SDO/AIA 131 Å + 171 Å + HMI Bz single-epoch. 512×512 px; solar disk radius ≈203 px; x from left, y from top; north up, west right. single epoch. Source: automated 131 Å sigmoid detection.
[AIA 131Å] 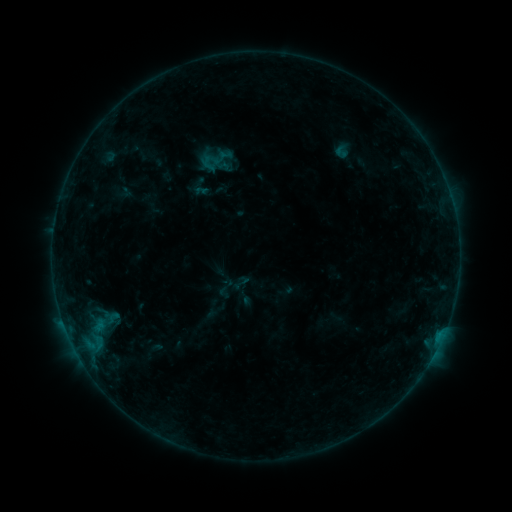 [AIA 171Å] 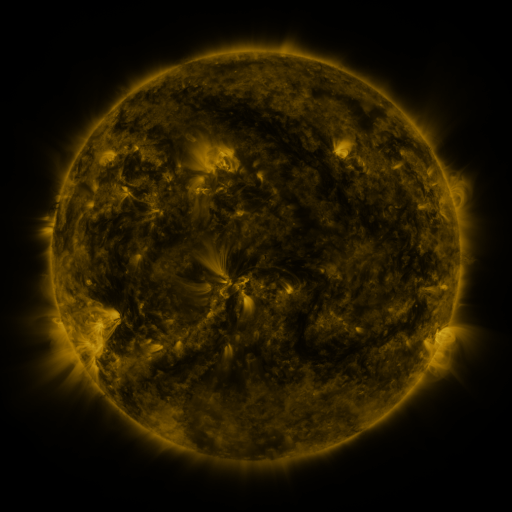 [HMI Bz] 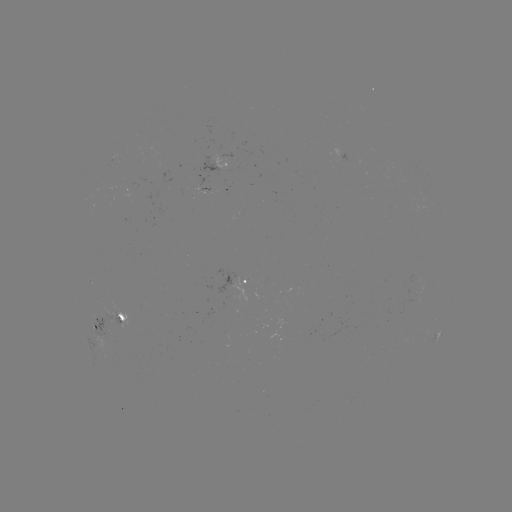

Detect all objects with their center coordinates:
sigmoid: (341, 152)
sigmoid: (238, 281)
